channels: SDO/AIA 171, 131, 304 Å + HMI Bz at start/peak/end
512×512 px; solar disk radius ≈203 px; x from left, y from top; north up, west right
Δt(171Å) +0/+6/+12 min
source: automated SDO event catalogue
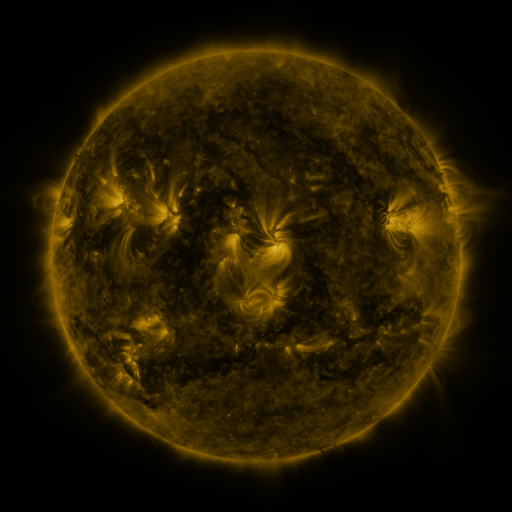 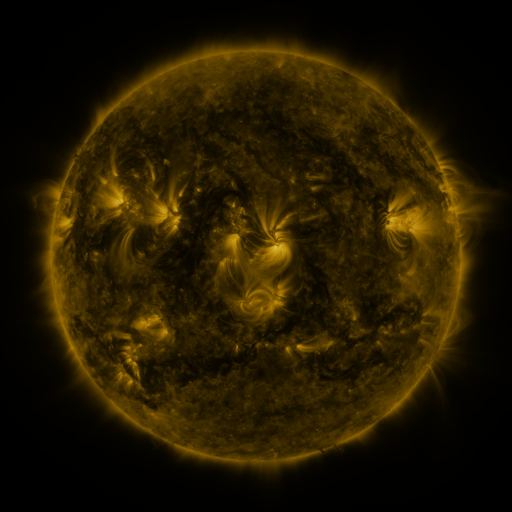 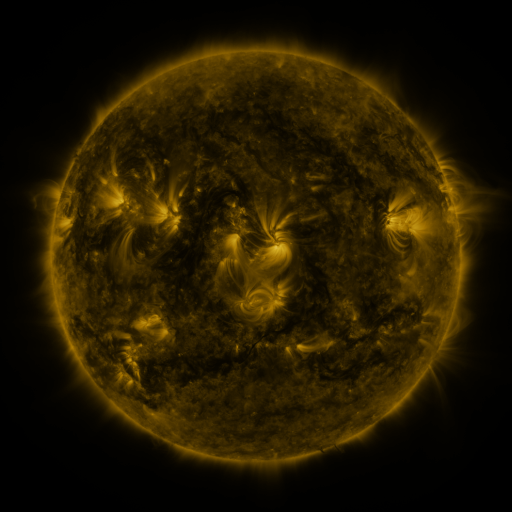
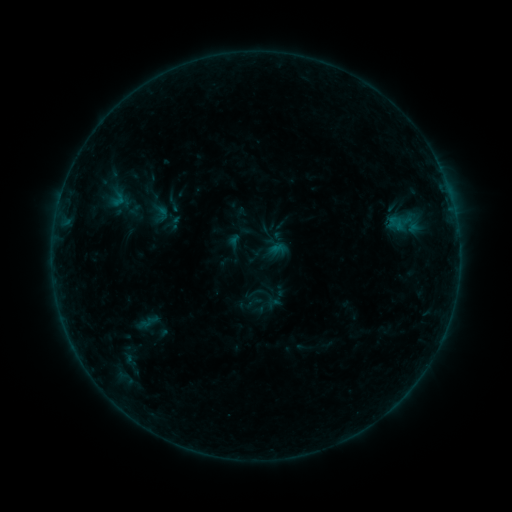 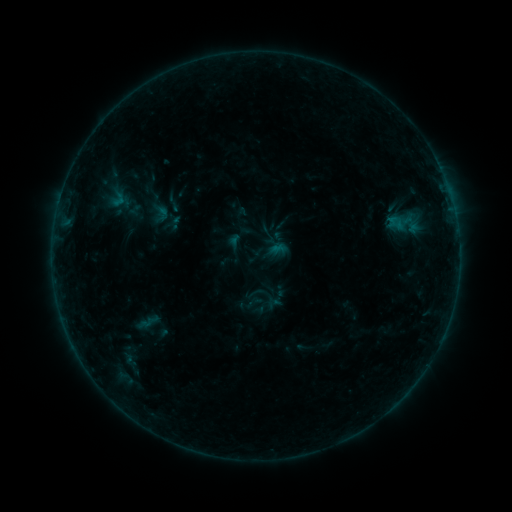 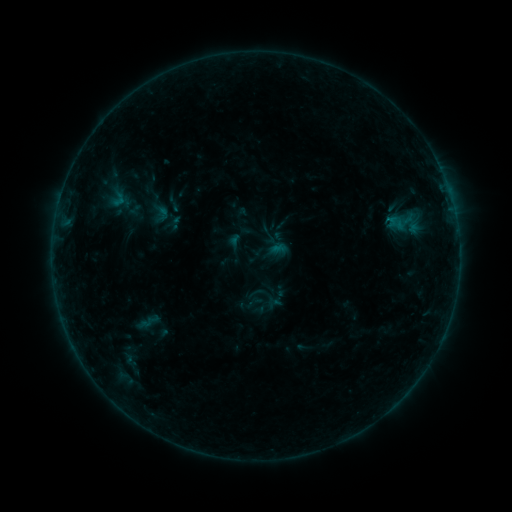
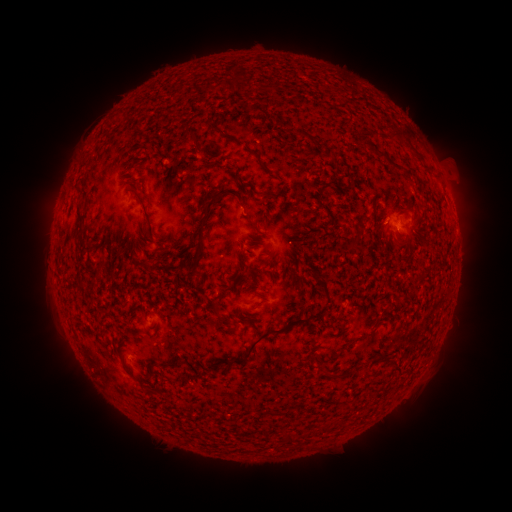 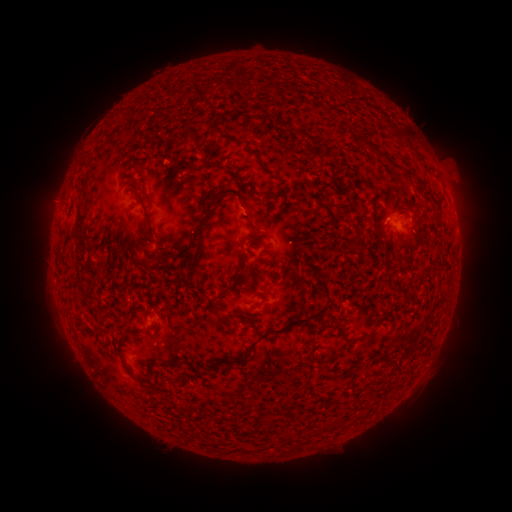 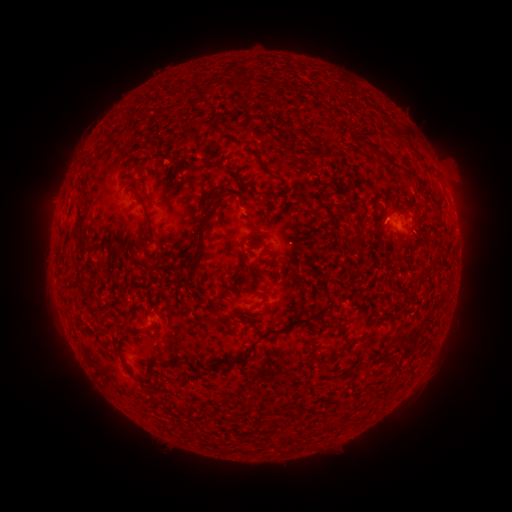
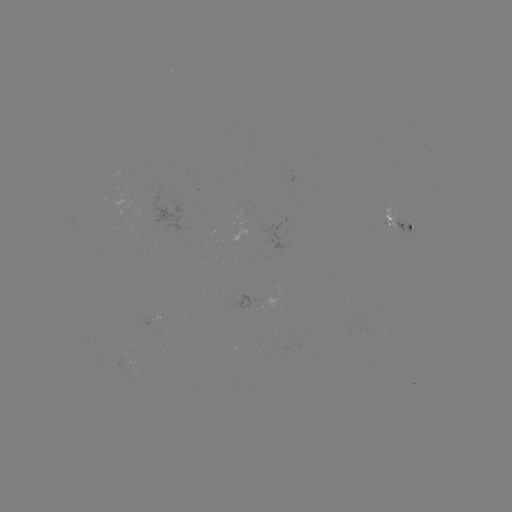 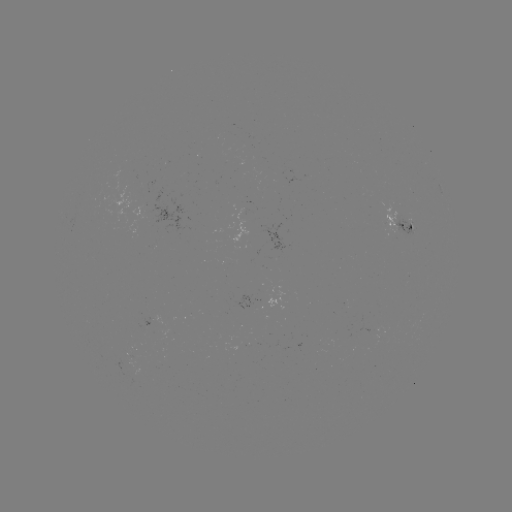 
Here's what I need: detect B2.2 flare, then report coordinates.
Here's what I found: B2.2 flare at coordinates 387,221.